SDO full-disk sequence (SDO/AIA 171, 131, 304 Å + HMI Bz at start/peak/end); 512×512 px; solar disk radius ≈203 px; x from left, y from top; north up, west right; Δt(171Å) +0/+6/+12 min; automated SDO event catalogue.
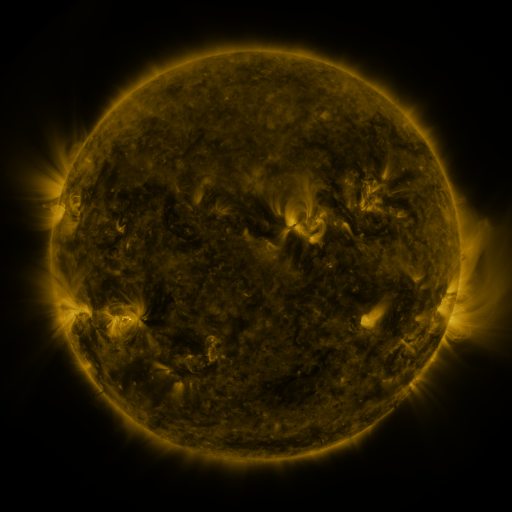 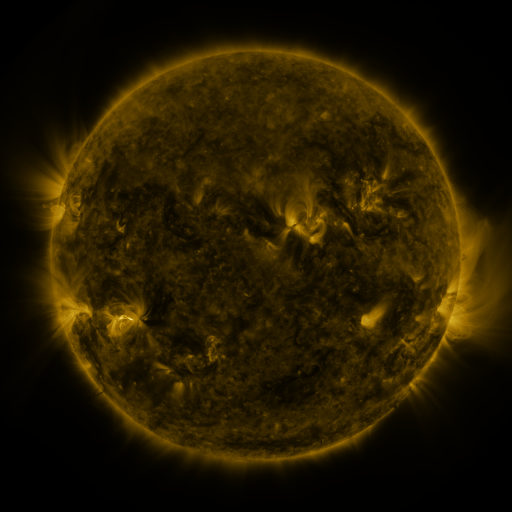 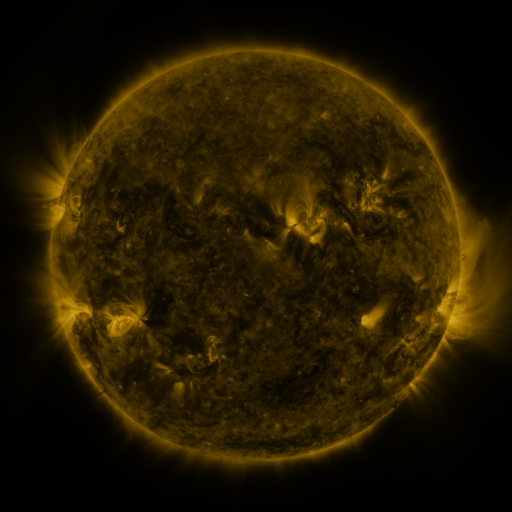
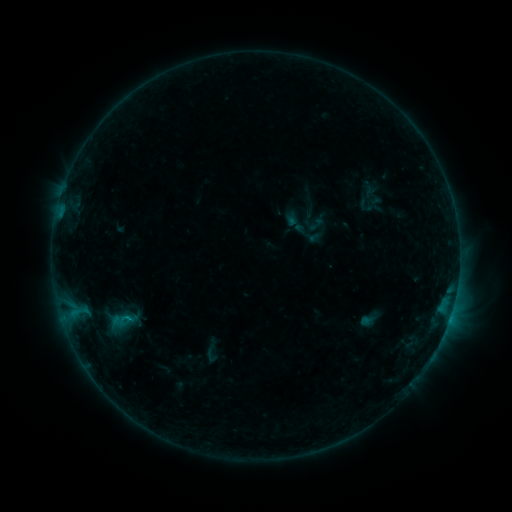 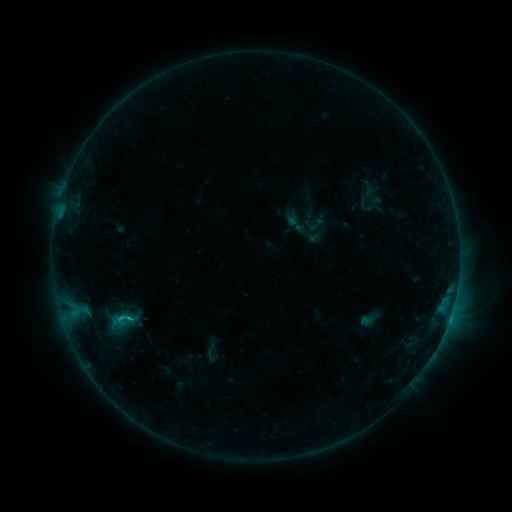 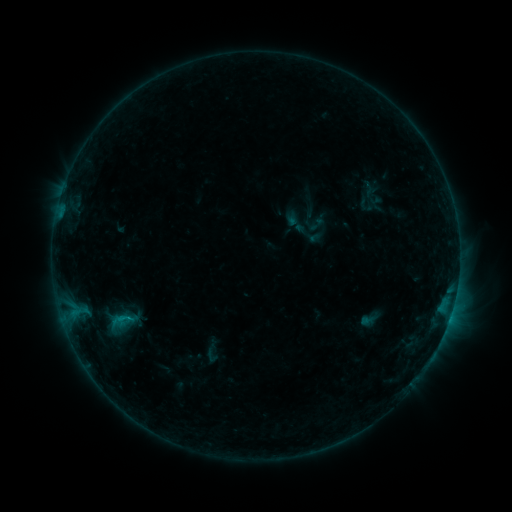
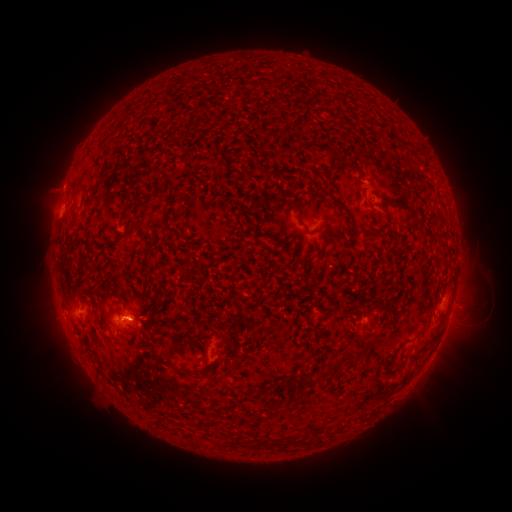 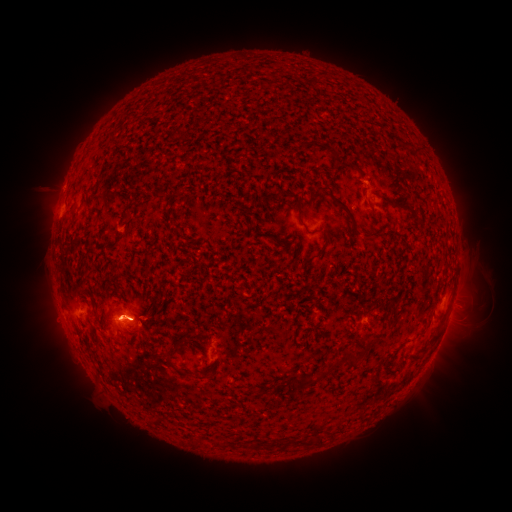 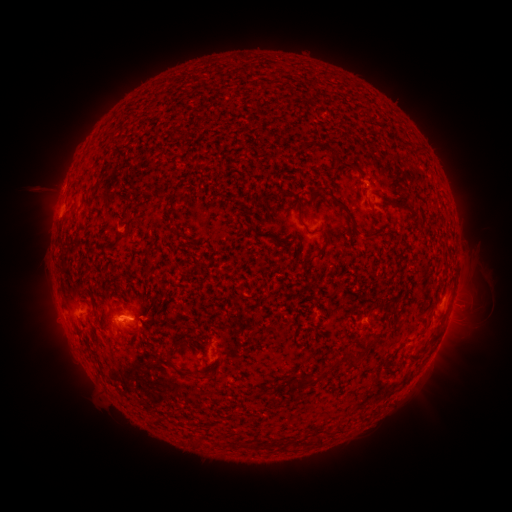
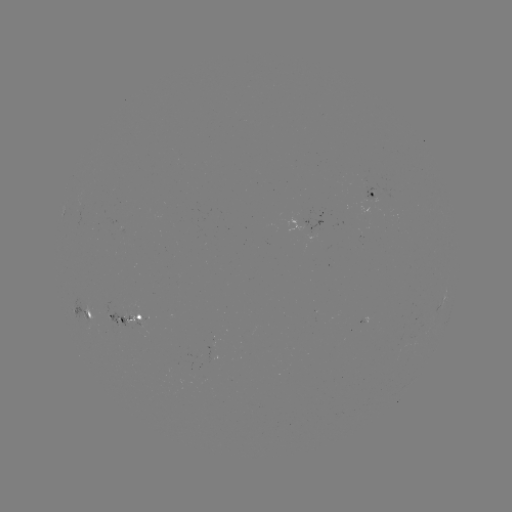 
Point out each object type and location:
B6.5 flare: (130, 317)
